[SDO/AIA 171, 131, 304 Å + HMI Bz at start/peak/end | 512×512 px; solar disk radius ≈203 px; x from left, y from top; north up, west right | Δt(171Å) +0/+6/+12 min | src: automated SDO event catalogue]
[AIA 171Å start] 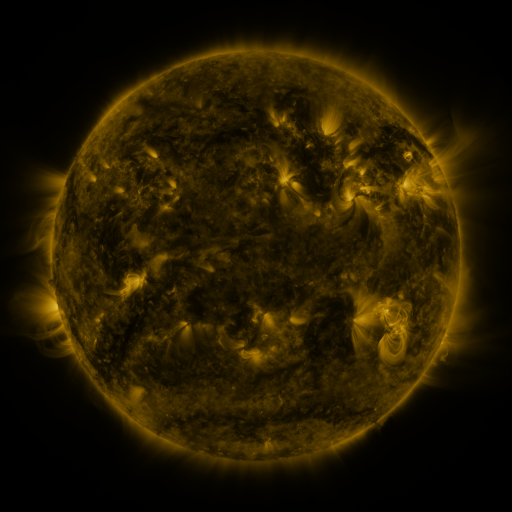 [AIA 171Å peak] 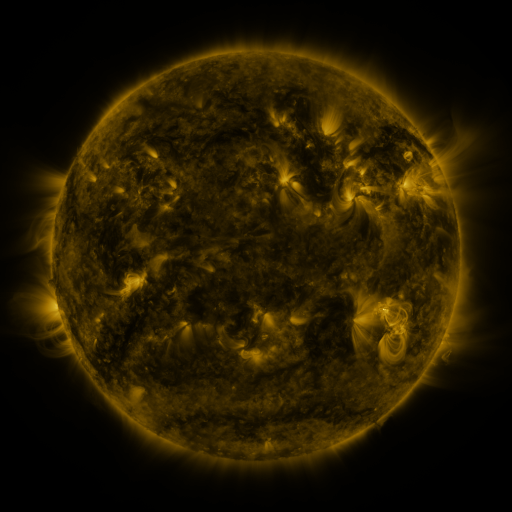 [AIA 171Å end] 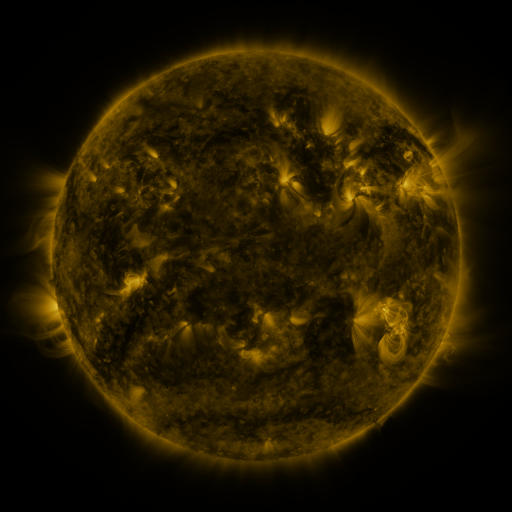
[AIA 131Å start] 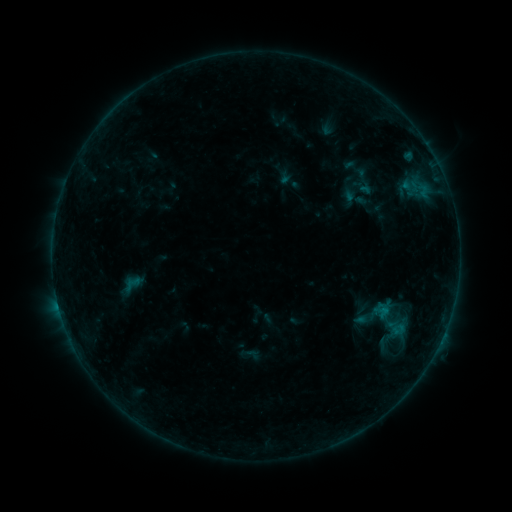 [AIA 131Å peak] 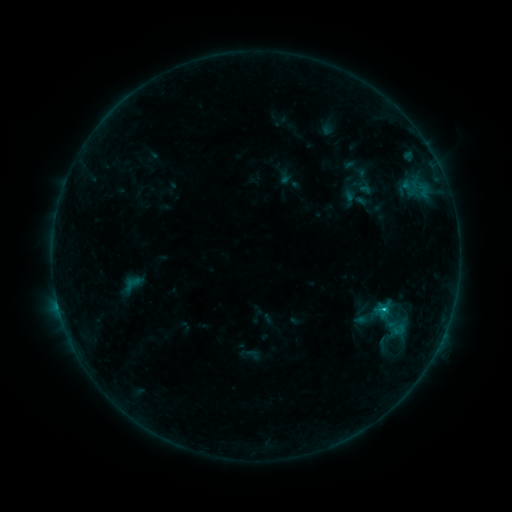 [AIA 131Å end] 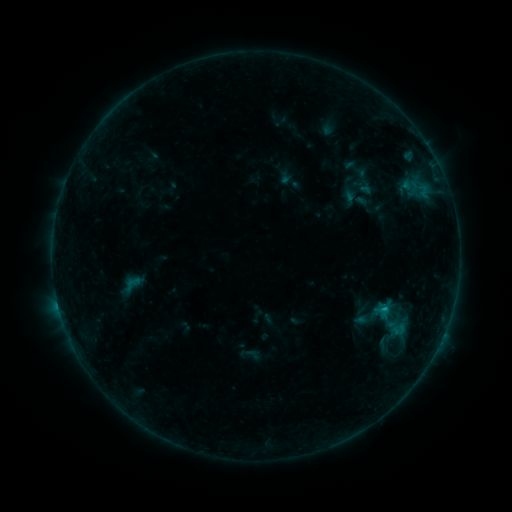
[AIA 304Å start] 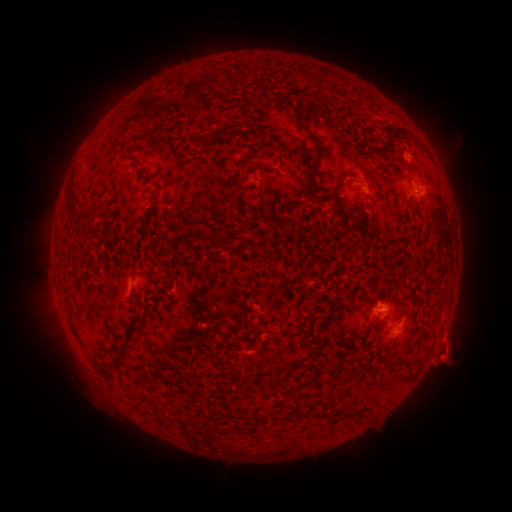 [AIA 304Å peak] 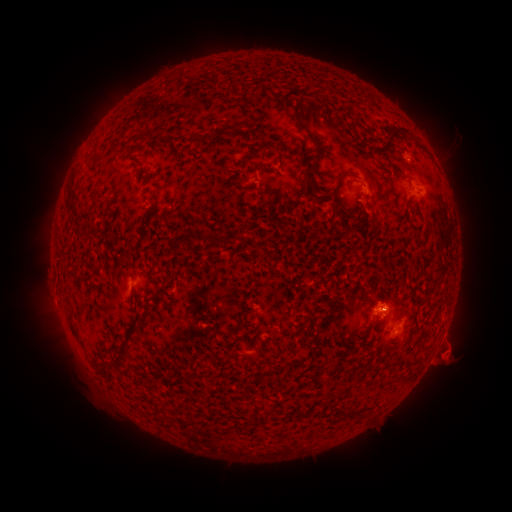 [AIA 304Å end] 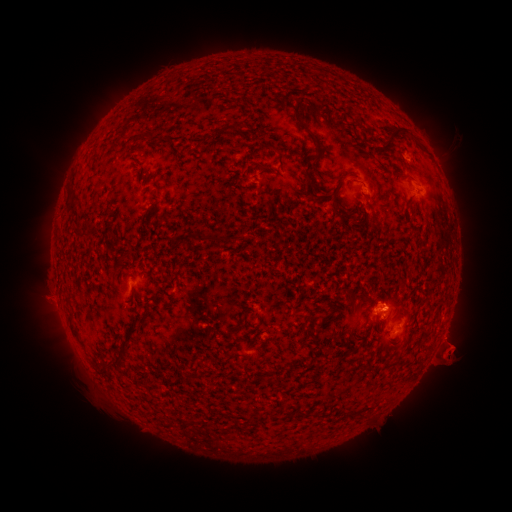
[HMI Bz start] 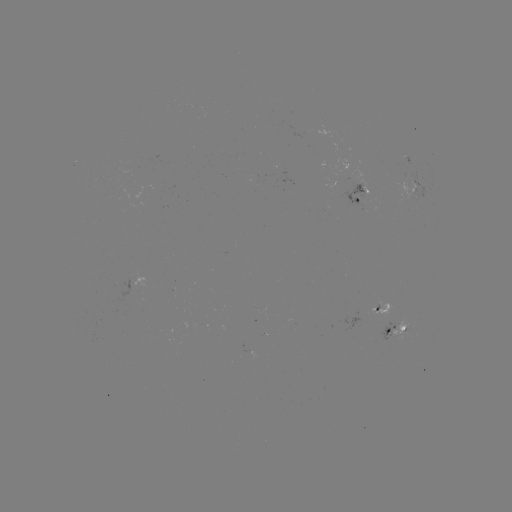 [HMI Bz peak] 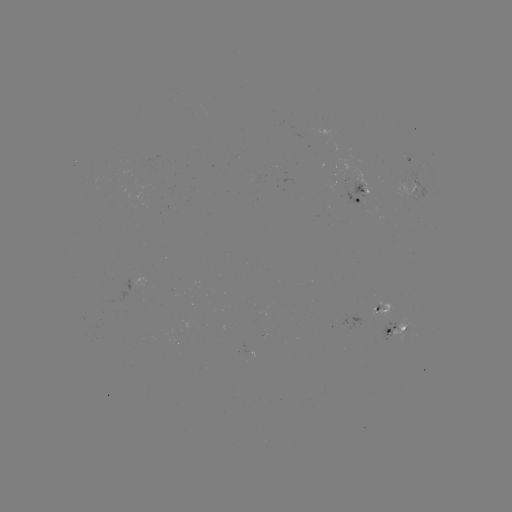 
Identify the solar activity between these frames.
B7.1 flare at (384, 307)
